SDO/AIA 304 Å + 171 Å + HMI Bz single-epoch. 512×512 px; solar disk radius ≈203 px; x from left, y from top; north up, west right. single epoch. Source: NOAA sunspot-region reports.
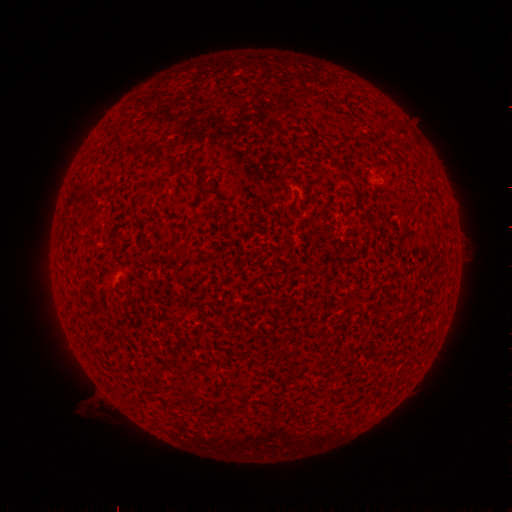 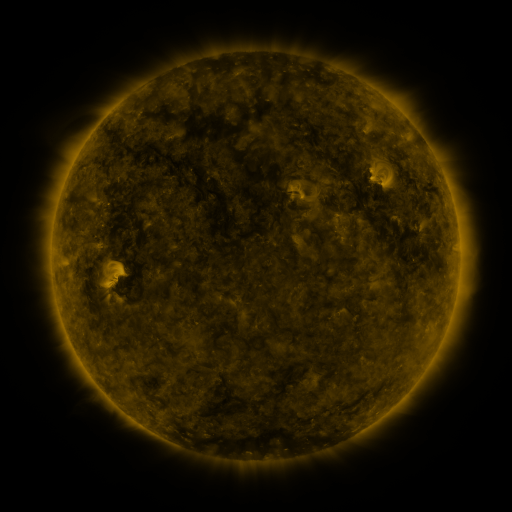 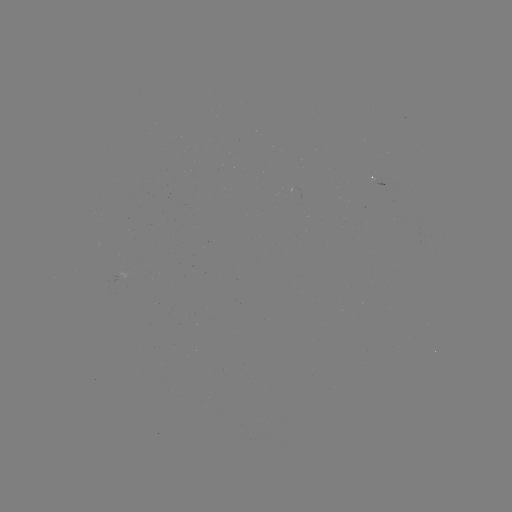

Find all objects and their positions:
spotted active region: (380, 184)
